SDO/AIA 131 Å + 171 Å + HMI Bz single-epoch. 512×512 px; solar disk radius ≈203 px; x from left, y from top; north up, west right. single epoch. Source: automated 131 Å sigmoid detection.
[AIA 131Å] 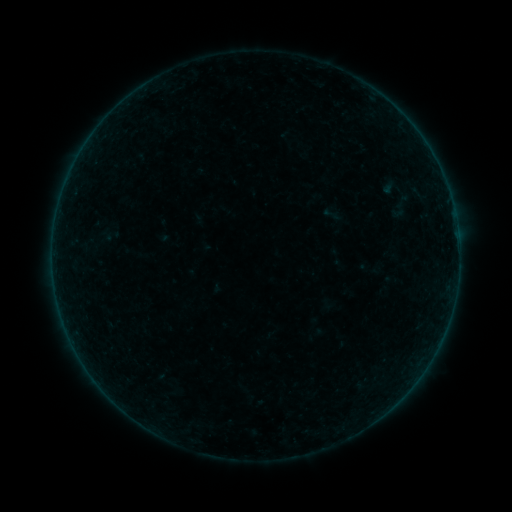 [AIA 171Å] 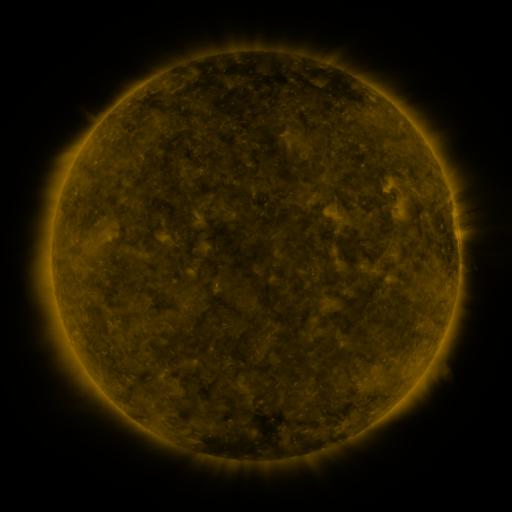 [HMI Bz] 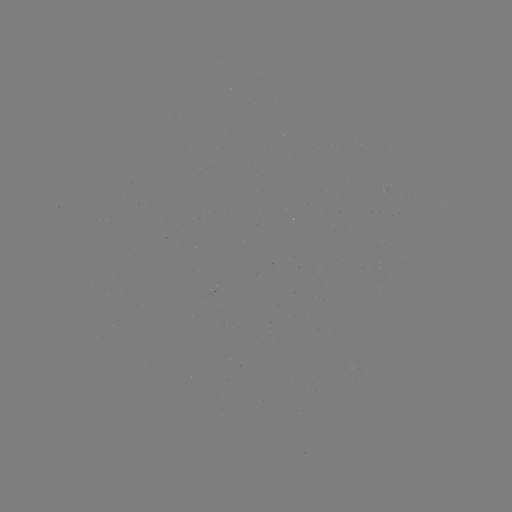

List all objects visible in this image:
sigmoid: <bbox>320, 205, 342, 224</bbox>
